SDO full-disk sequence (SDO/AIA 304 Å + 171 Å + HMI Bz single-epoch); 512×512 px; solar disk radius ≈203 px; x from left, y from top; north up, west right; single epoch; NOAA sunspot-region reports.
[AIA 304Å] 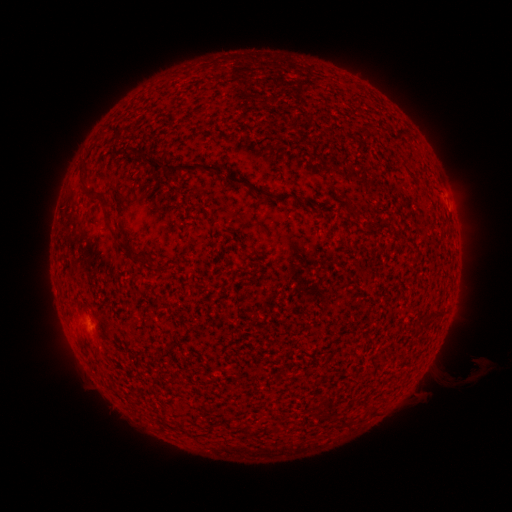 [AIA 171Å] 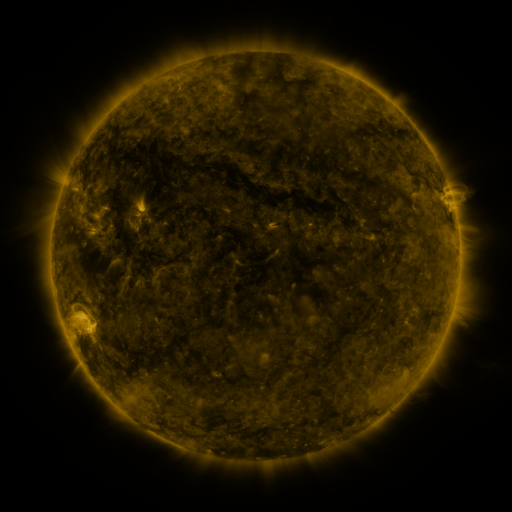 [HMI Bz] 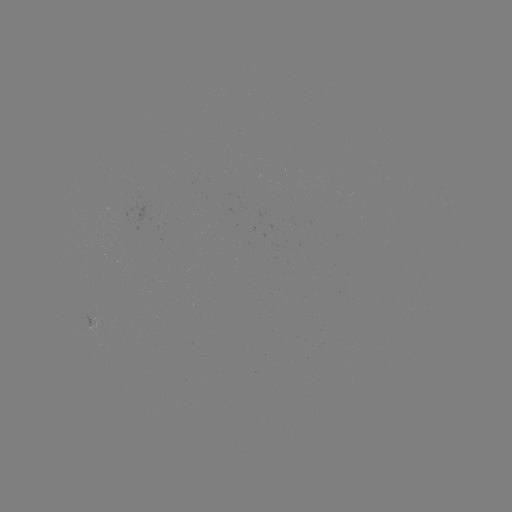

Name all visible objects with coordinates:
(none)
